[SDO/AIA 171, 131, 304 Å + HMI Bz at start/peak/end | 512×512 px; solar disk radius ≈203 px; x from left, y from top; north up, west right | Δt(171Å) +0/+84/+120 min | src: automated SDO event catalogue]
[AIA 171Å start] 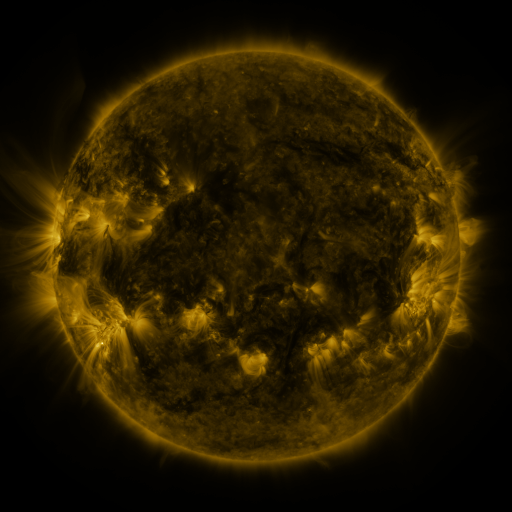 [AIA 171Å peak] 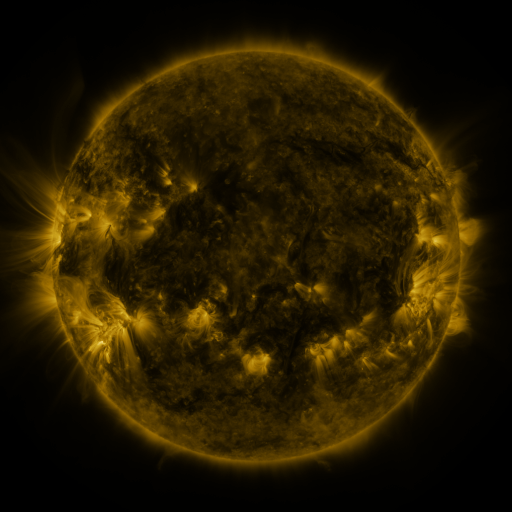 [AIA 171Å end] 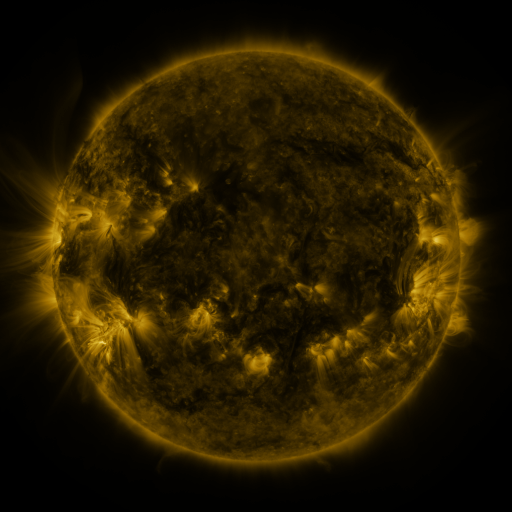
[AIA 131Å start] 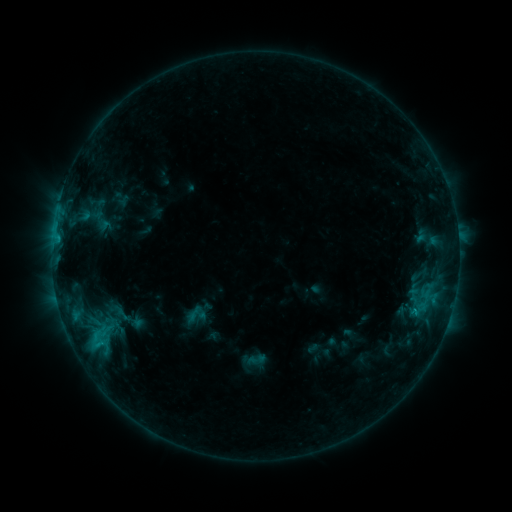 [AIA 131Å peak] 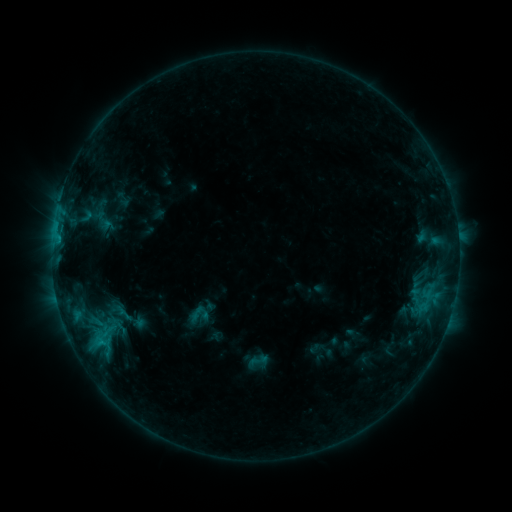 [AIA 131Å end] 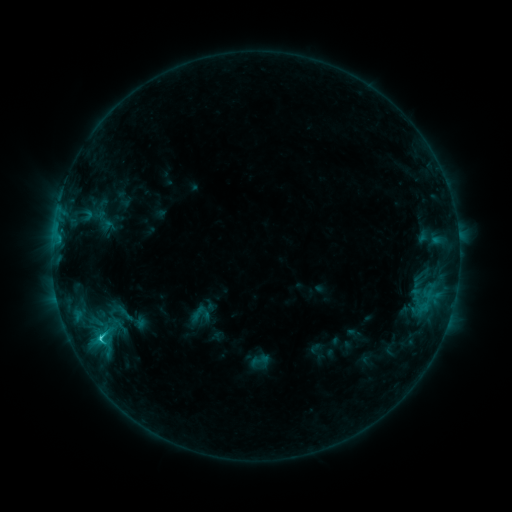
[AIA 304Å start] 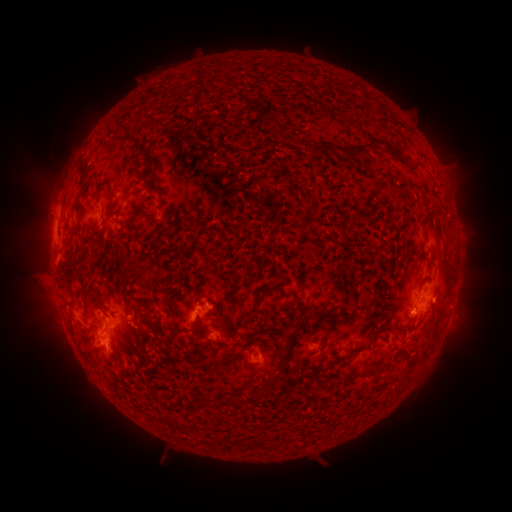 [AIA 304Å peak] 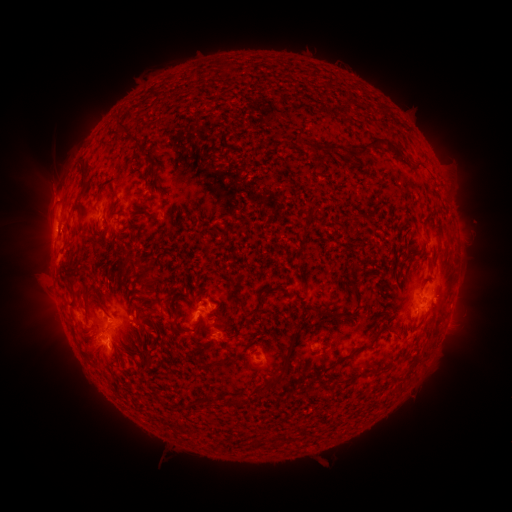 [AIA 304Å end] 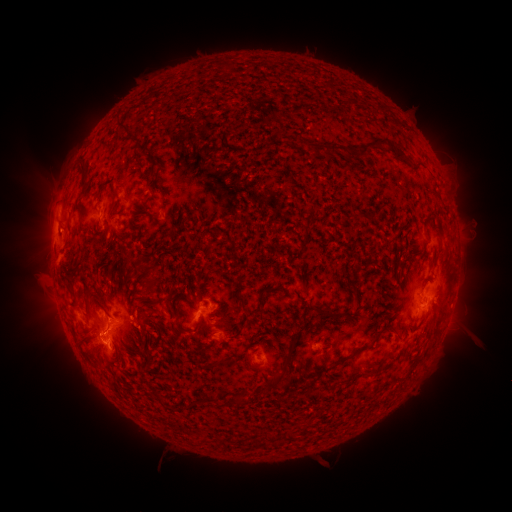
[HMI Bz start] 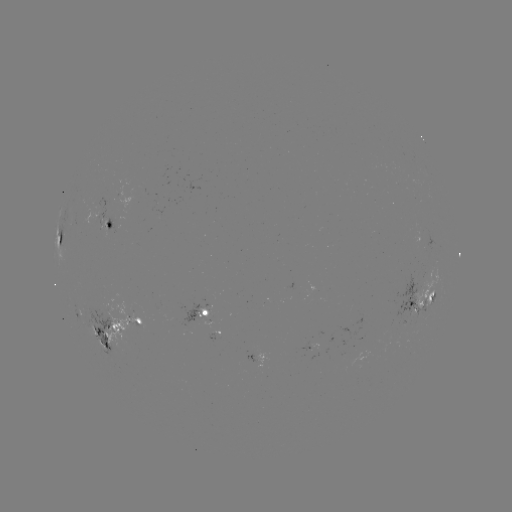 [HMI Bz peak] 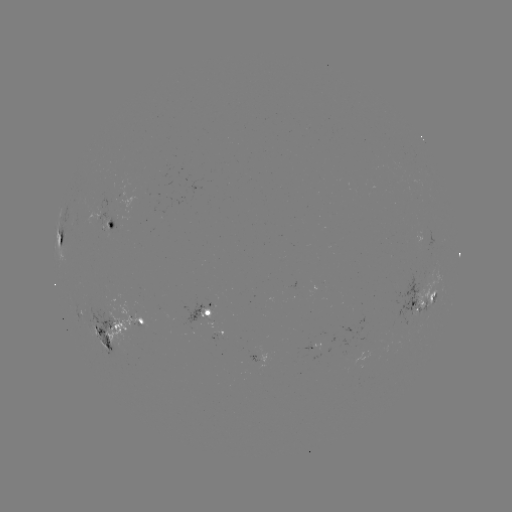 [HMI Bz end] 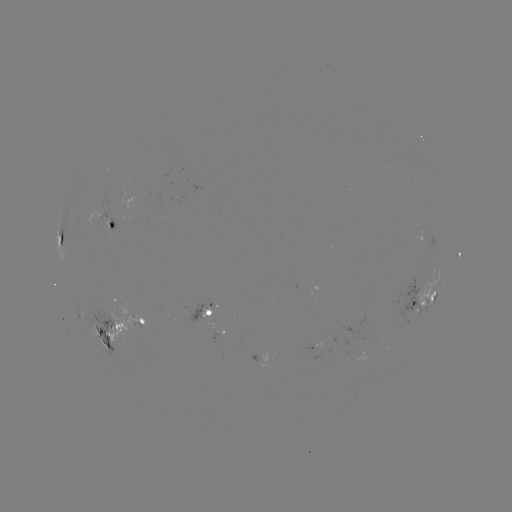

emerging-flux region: [101, 219, 110, 239]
